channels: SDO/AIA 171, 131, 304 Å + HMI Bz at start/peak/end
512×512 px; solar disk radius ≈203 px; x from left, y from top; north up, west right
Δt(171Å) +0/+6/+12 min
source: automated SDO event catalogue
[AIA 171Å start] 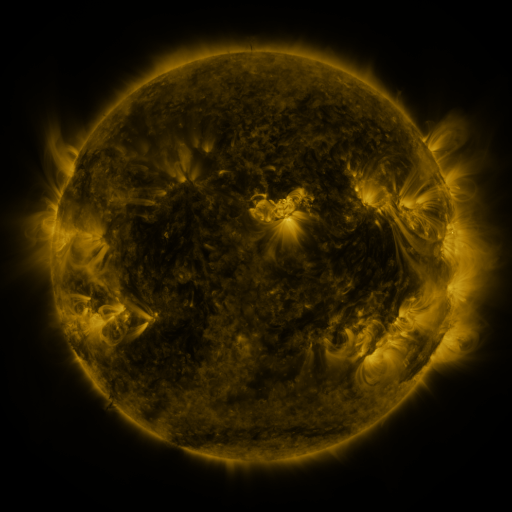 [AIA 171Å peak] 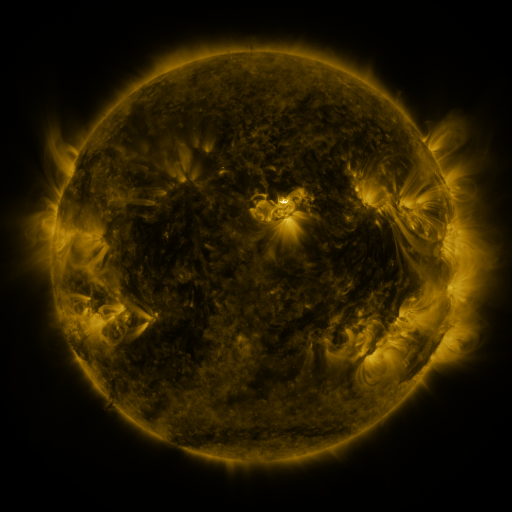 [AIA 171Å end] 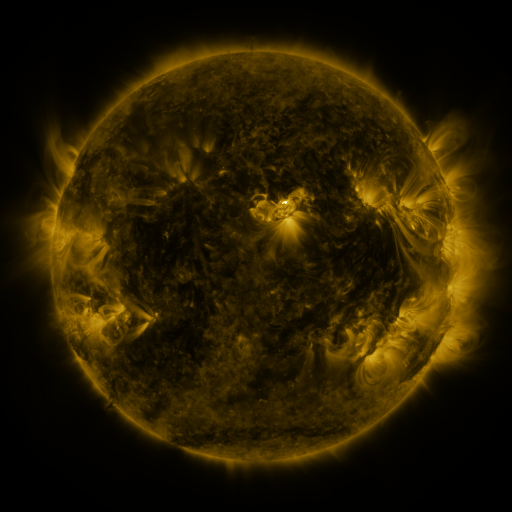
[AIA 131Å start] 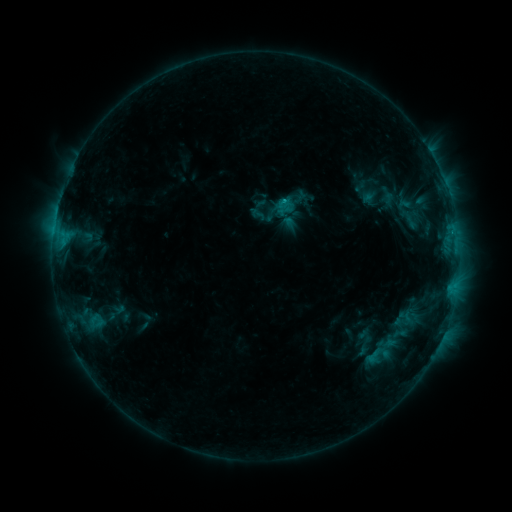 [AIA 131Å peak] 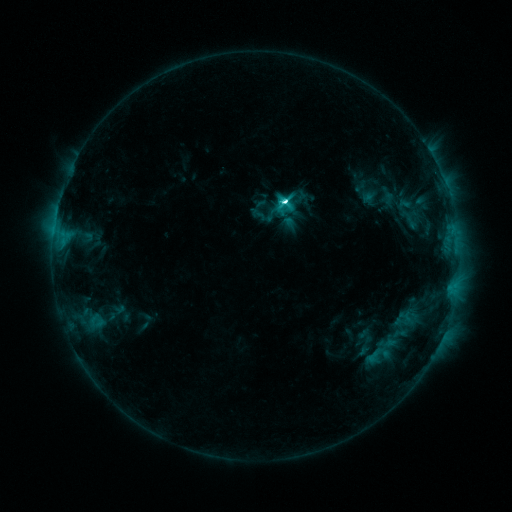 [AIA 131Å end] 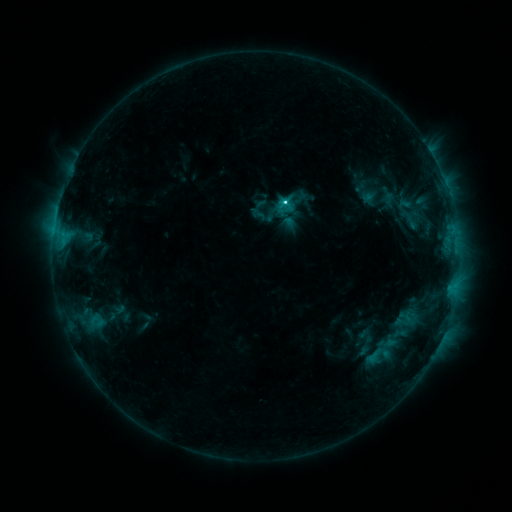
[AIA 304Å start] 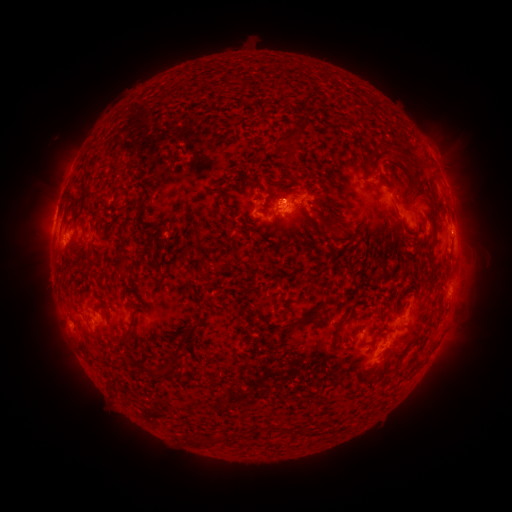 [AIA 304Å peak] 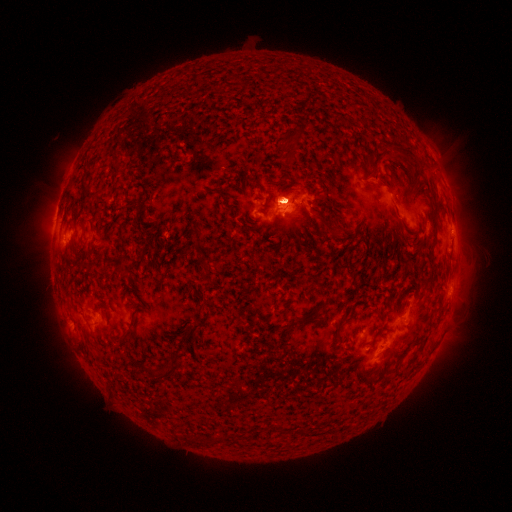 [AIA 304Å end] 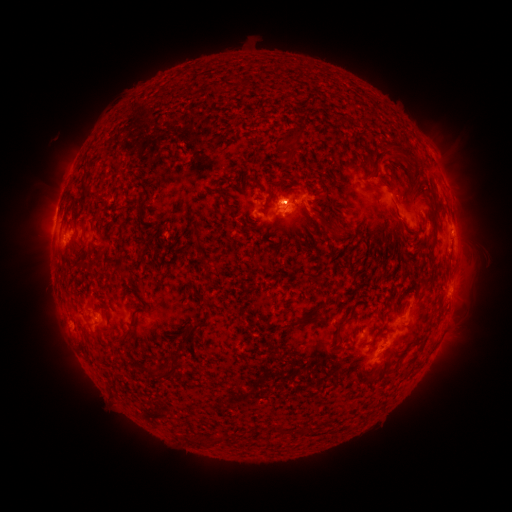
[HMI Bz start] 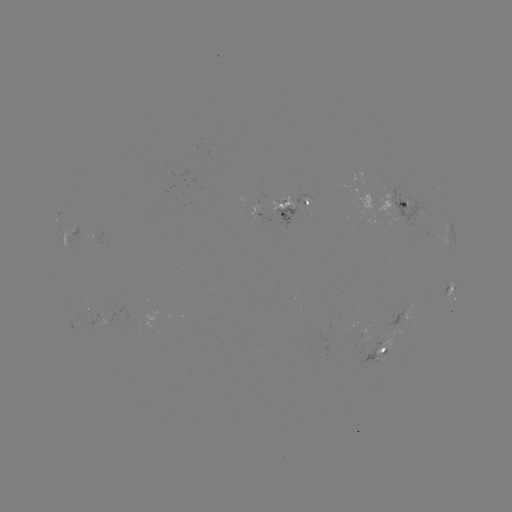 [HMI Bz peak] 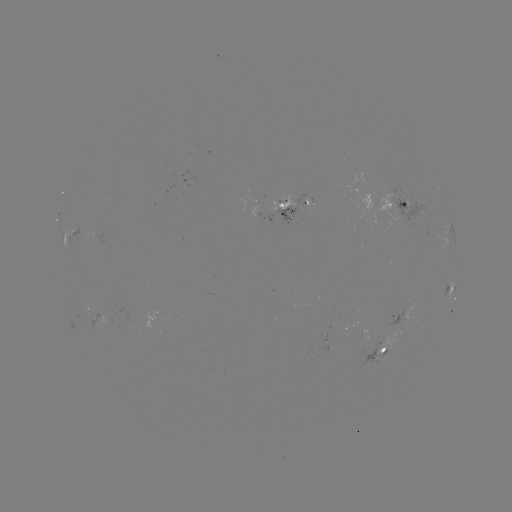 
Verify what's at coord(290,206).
eruption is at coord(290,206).